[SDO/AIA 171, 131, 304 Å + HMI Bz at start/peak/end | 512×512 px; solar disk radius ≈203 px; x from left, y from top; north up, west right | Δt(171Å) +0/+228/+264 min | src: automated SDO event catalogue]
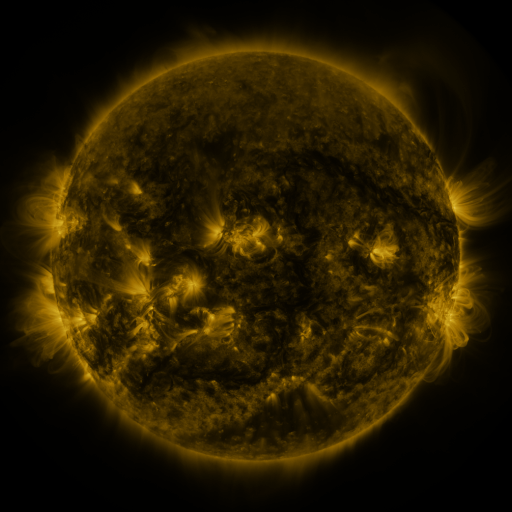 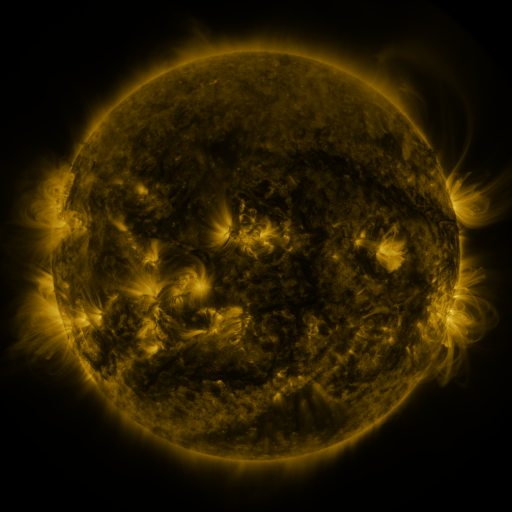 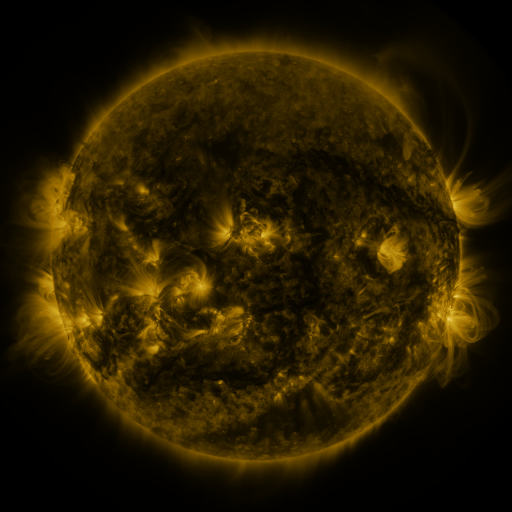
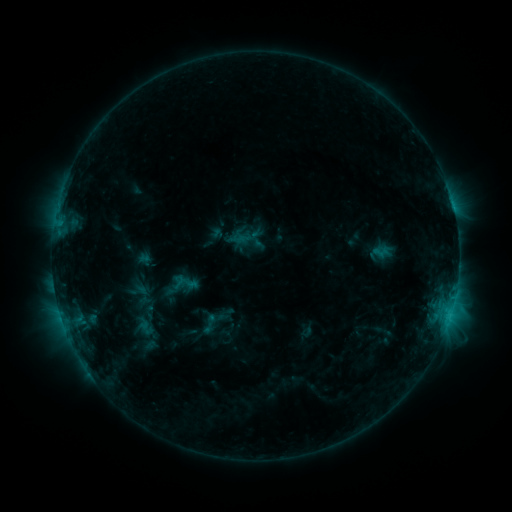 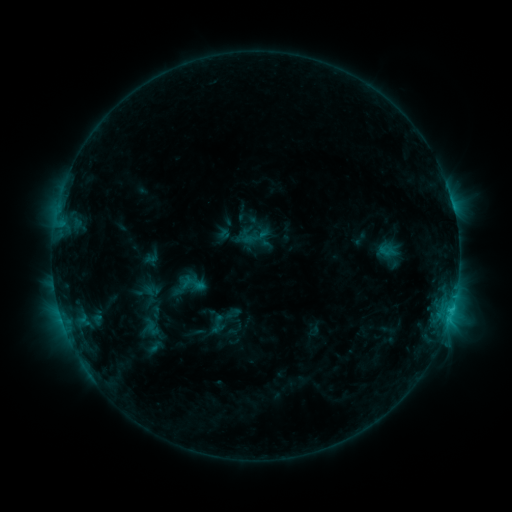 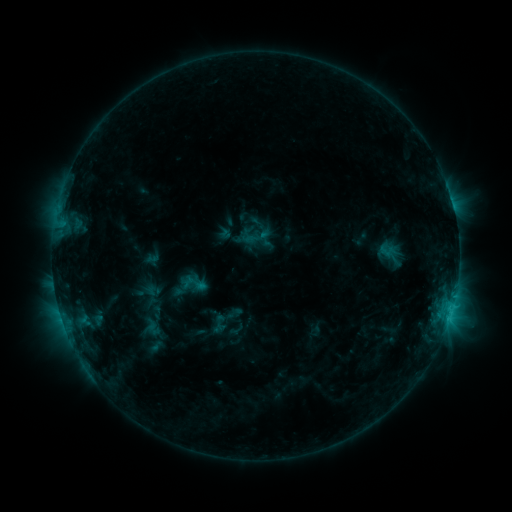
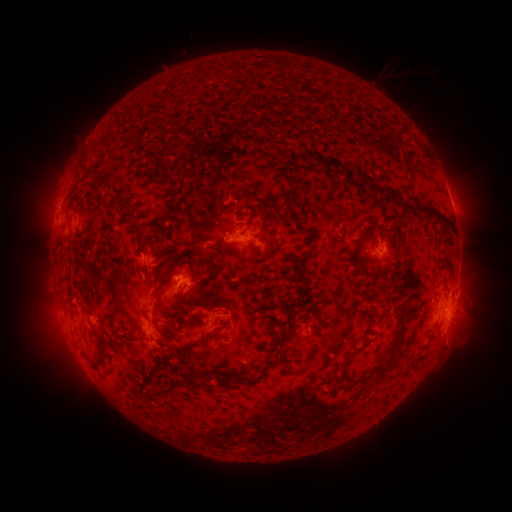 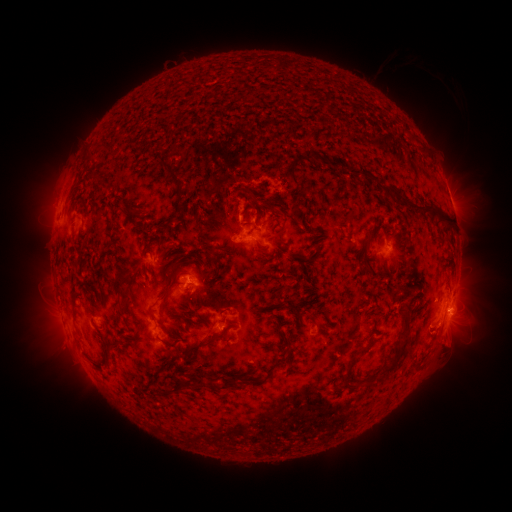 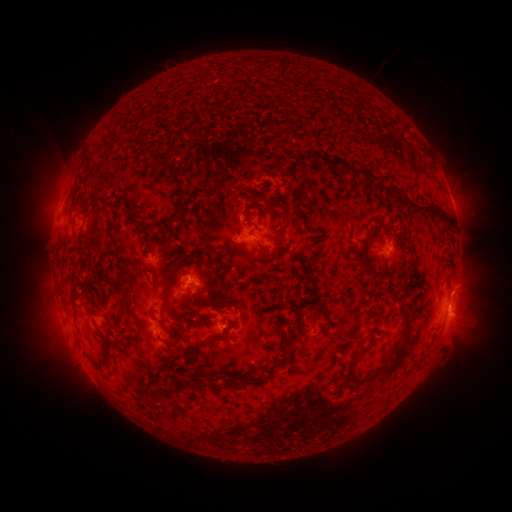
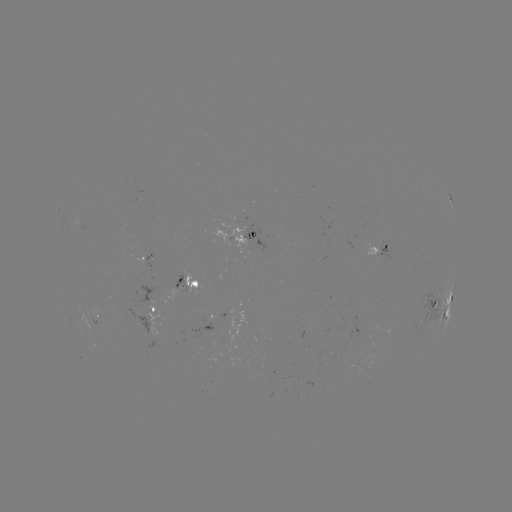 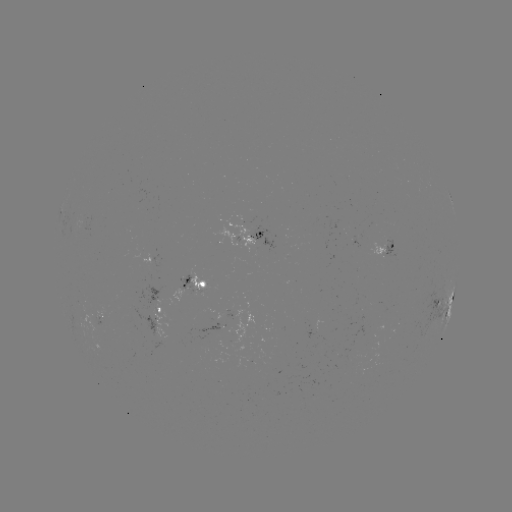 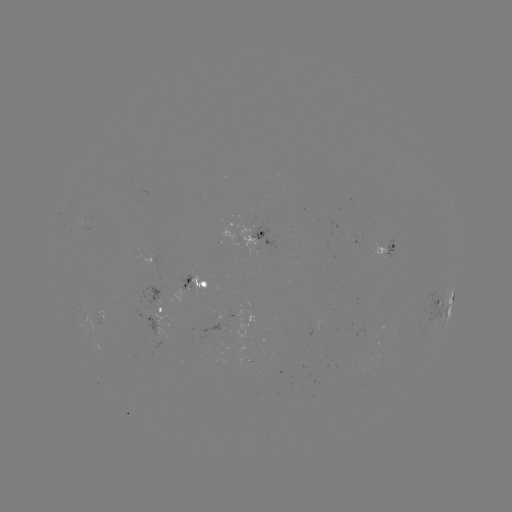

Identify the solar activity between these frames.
emerging-flux region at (353, 241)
